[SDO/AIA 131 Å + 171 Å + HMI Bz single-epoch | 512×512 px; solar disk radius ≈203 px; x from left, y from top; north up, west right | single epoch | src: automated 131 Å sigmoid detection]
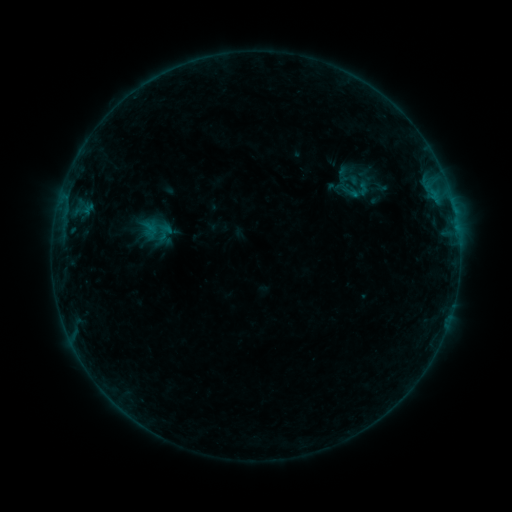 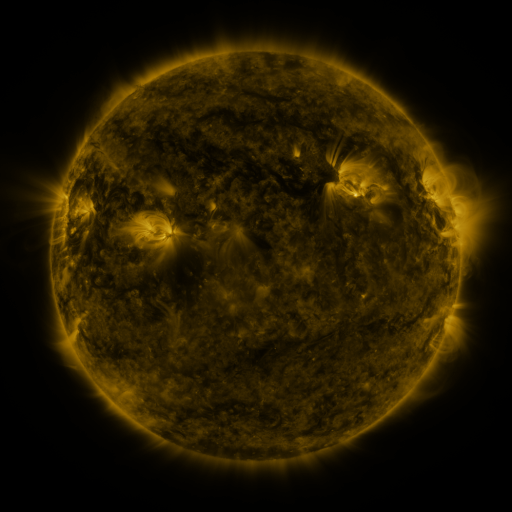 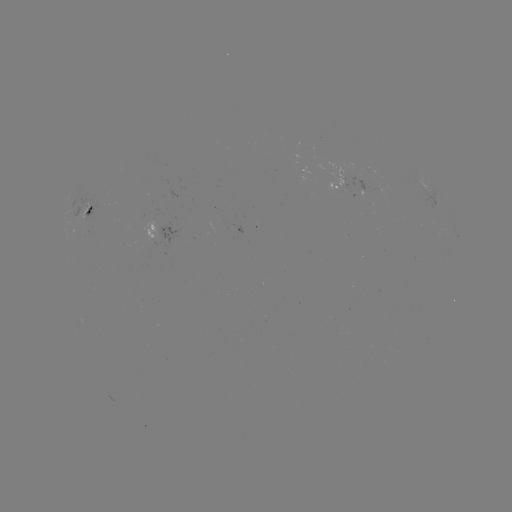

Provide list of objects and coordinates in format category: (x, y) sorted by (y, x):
sigmoid: (343, 175)
sigmoid: (361, 191)
